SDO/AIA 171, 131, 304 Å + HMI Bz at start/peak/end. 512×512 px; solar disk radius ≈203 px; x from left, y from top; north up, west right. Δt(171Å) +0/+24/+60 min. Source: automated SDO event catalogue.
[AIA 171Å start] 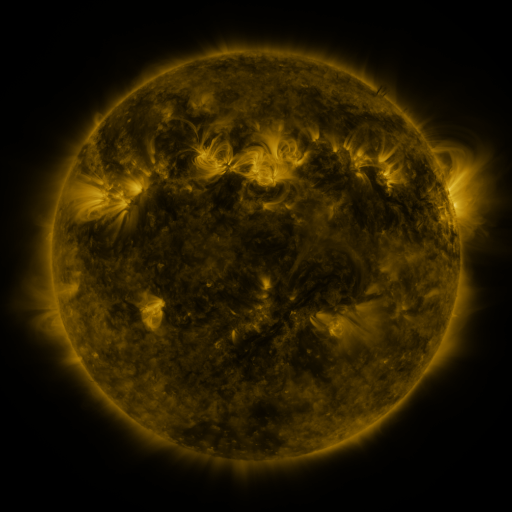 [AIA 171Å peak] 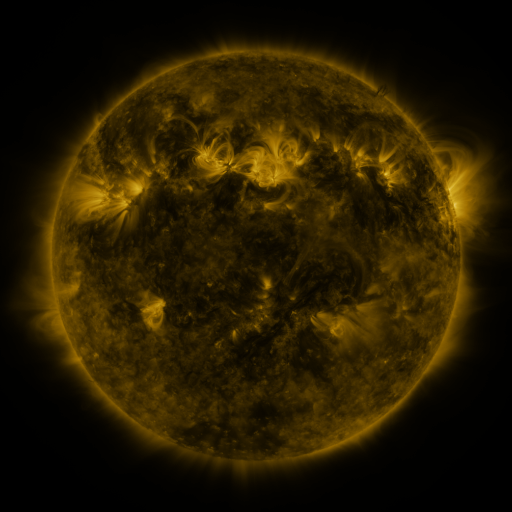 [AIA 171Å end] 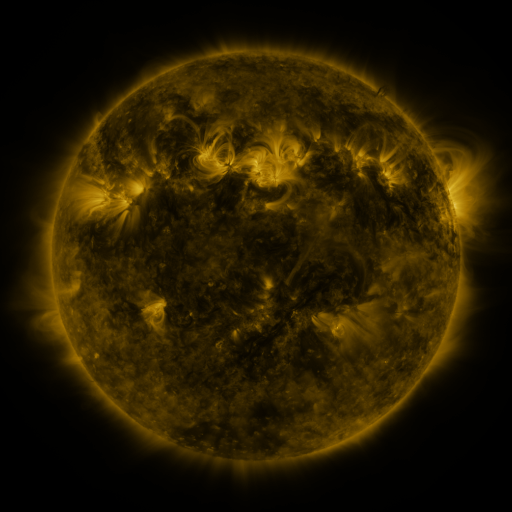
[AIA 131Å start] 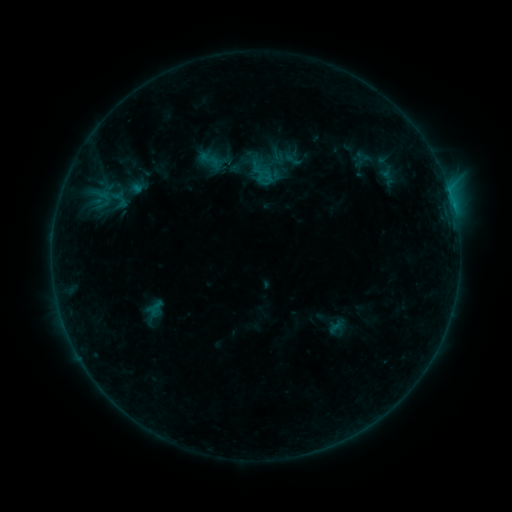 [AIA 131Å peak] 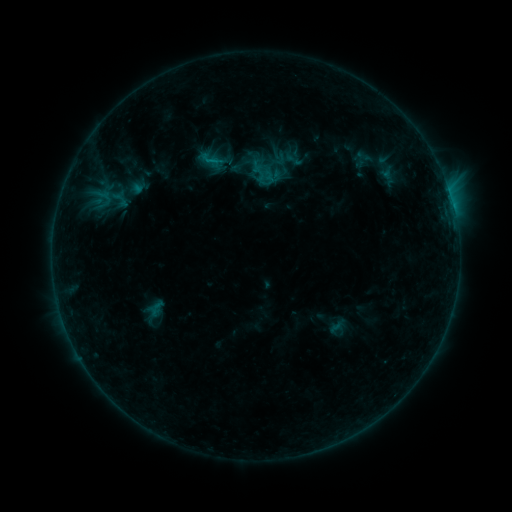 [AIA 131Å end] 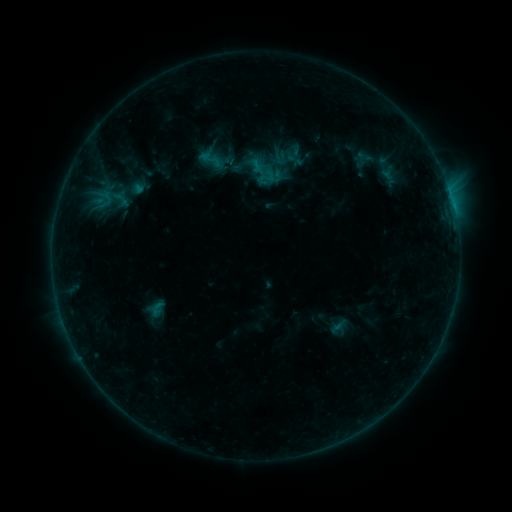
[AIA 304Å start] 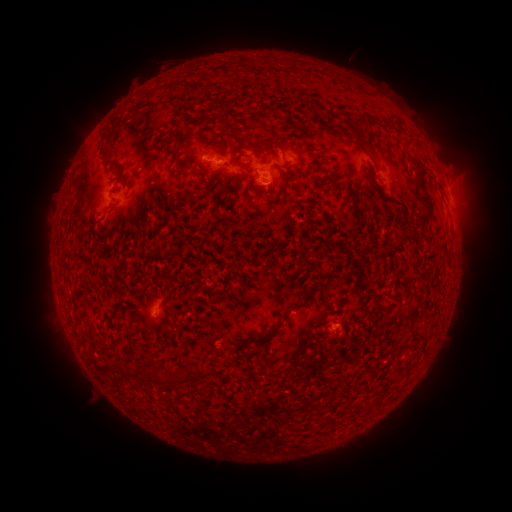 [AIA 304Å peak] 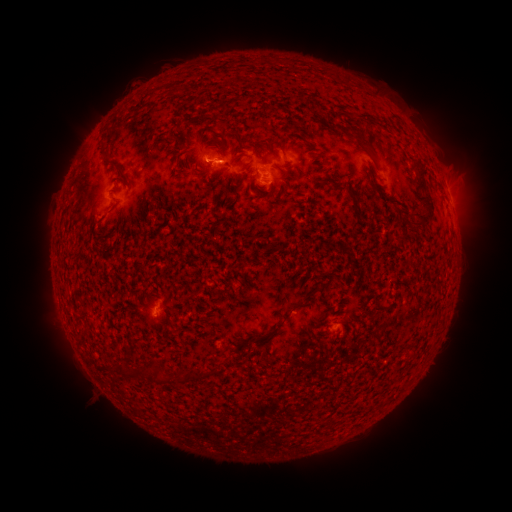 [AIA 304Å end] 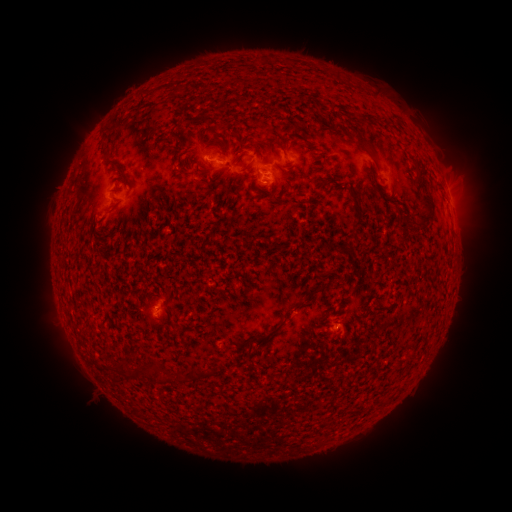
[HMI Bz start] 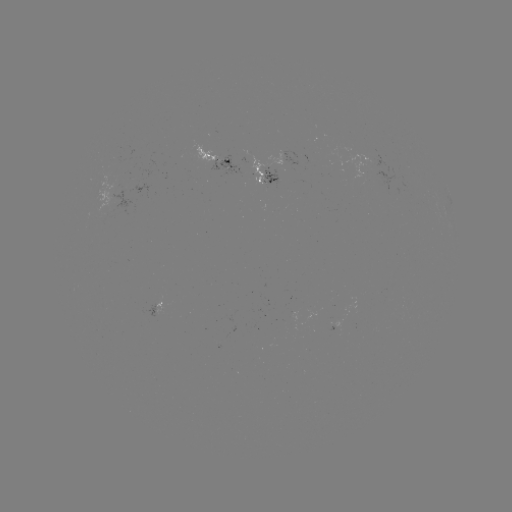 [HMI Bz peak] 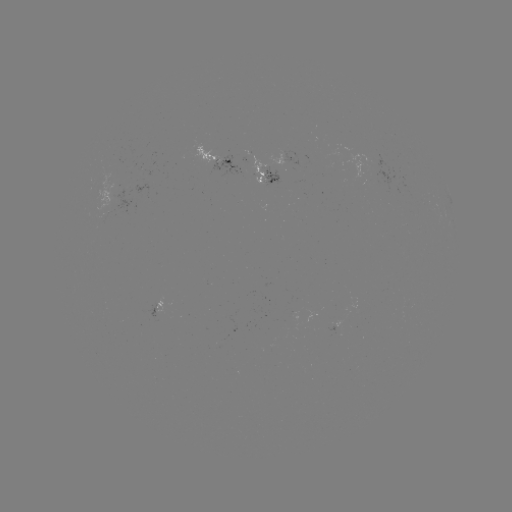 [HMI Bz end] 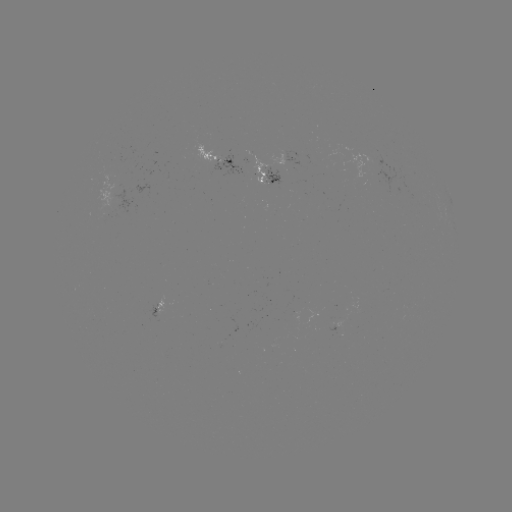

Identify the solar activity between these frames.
emerging-flux region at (158, 303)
